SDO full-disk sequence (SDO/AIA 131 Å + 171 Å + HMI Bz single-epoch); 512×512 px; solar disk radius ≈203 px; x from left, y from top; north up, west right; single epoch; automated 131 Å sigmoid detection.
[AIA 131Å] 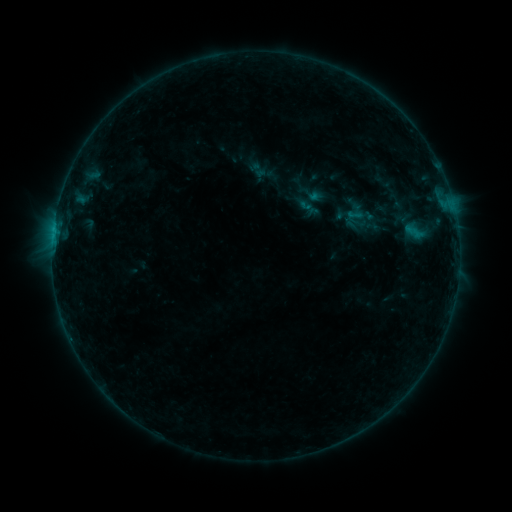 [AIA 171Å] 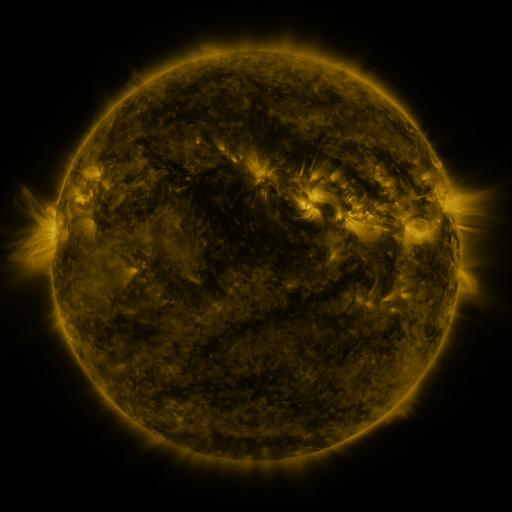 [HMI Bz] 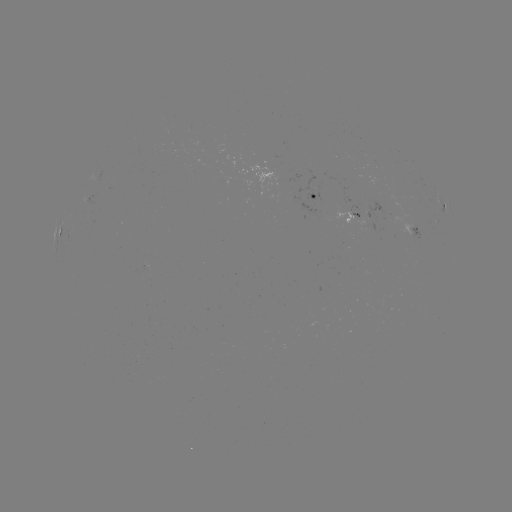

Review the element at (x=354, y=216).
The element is sigmoid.